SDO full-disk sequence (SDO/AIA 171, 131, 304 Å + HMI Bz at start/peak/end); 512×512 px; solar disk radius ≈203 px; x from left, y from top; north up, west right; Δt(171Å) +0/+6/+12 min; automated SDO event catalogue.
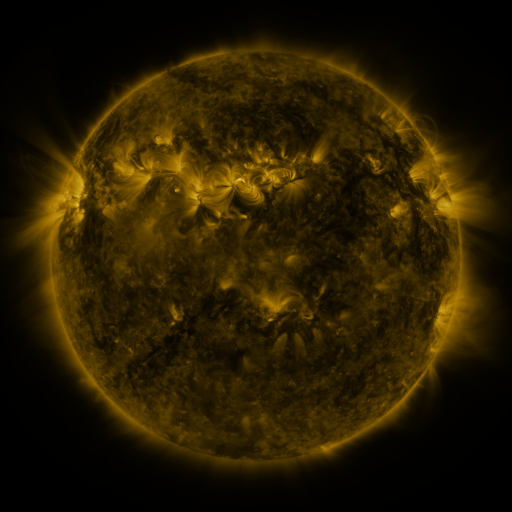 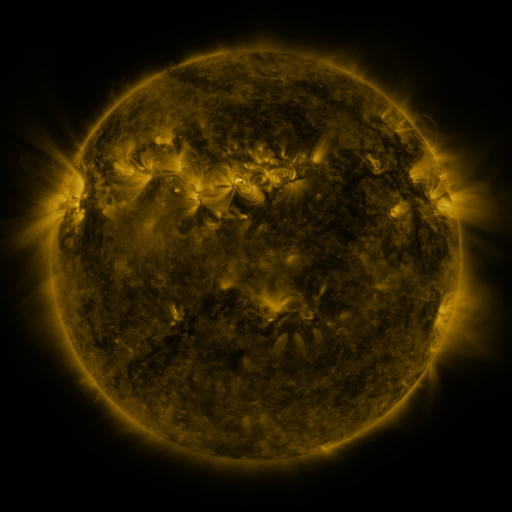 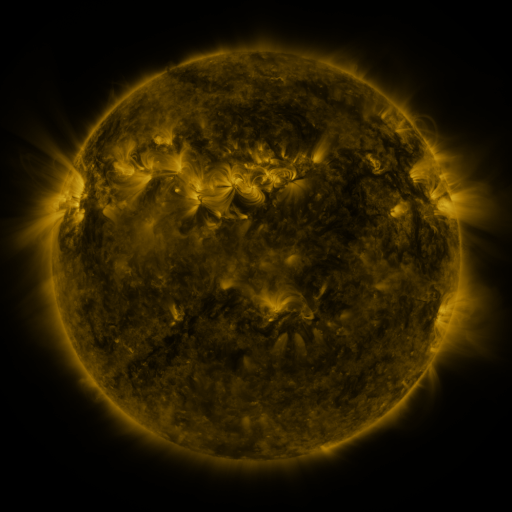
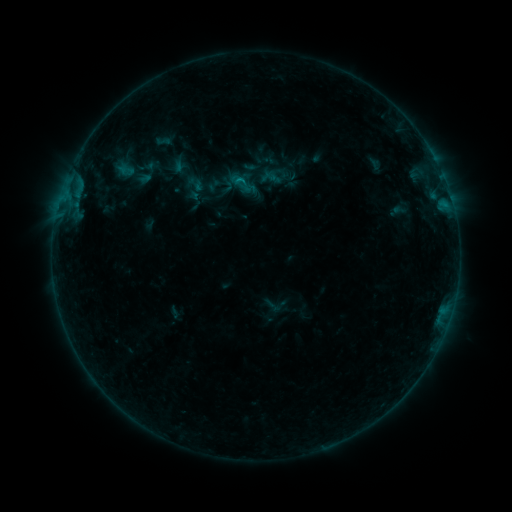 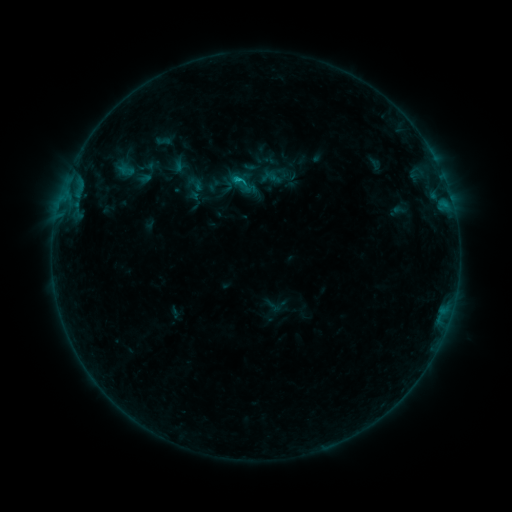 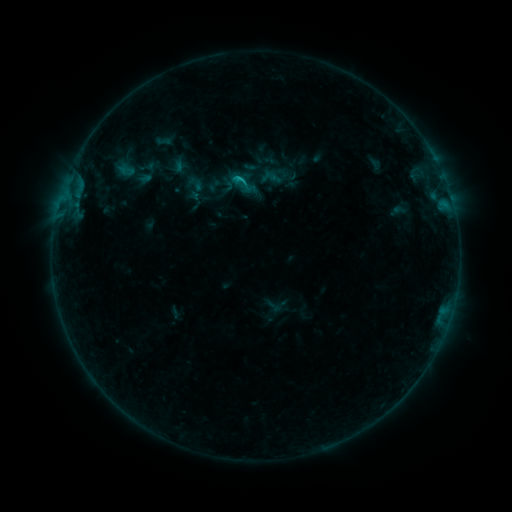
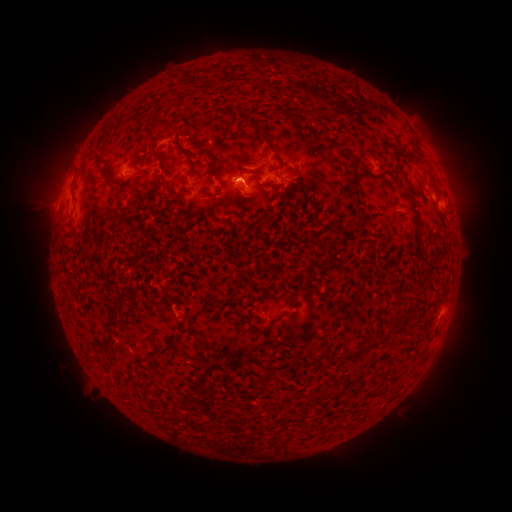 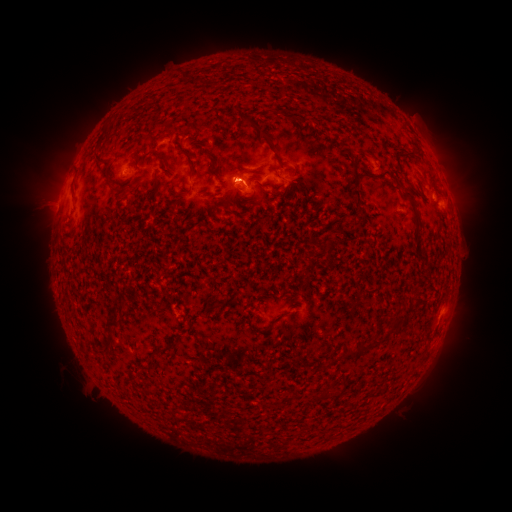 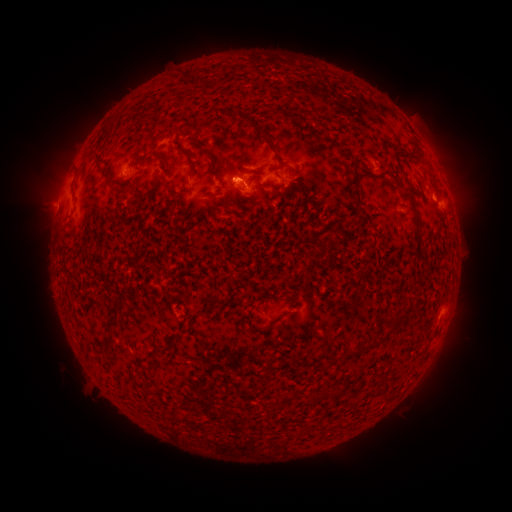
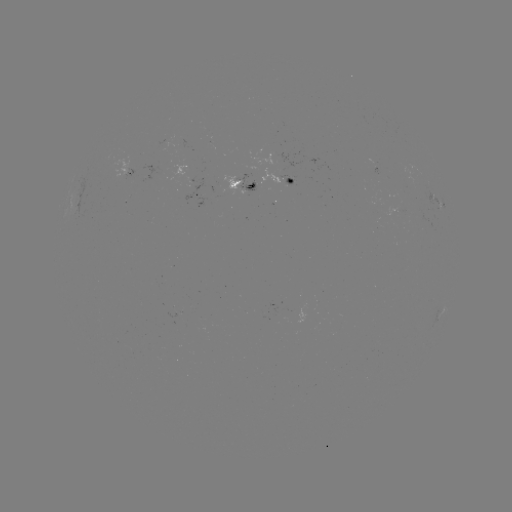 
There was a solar flare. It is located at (239, 180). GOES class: B8.0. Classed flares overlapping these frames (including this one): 2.